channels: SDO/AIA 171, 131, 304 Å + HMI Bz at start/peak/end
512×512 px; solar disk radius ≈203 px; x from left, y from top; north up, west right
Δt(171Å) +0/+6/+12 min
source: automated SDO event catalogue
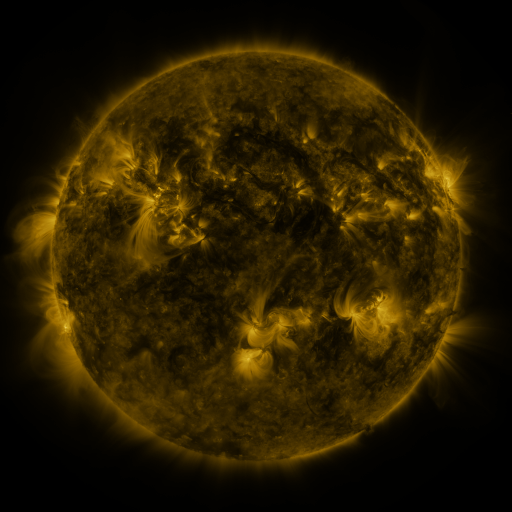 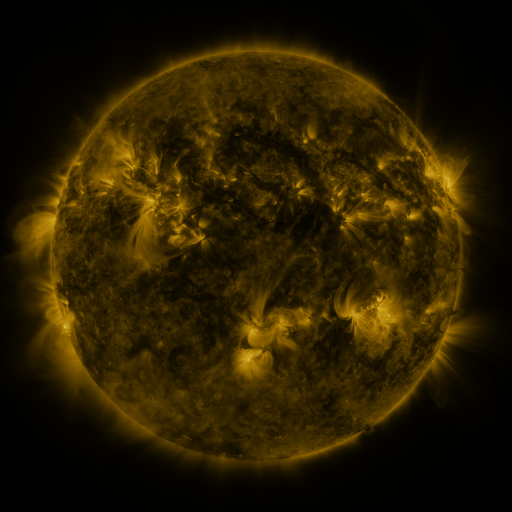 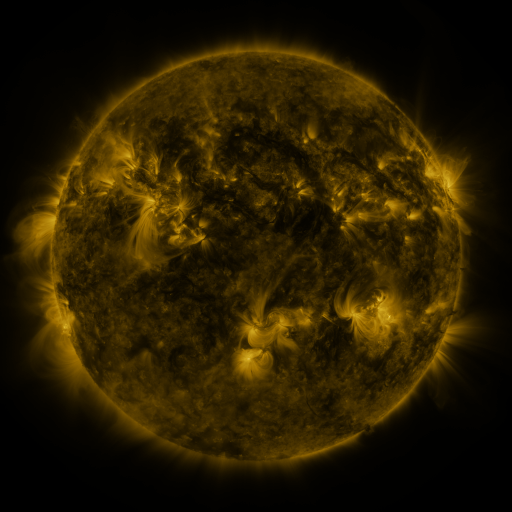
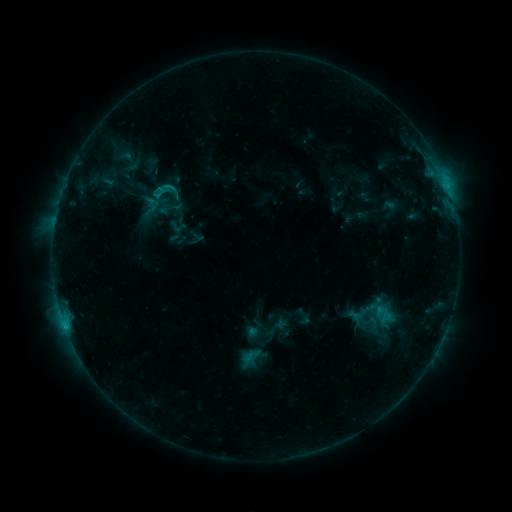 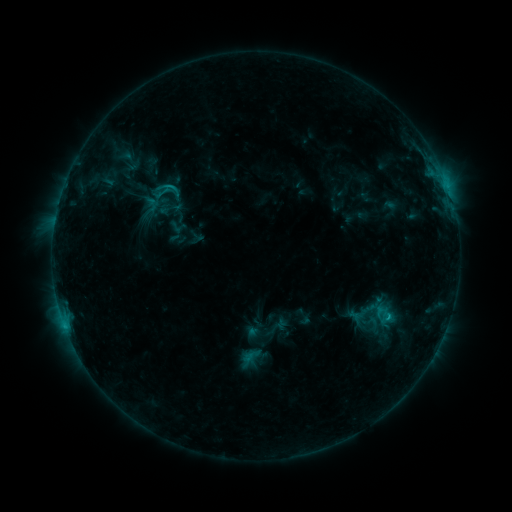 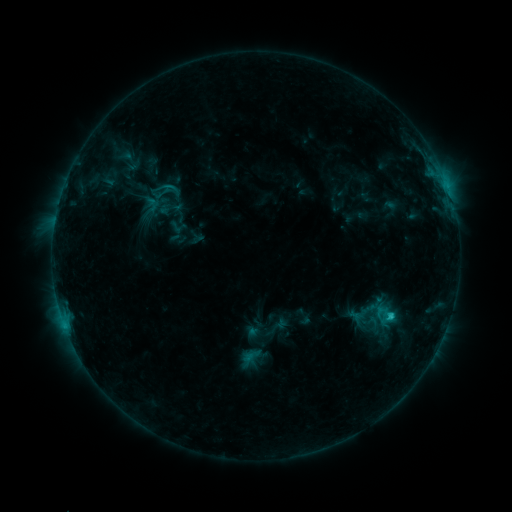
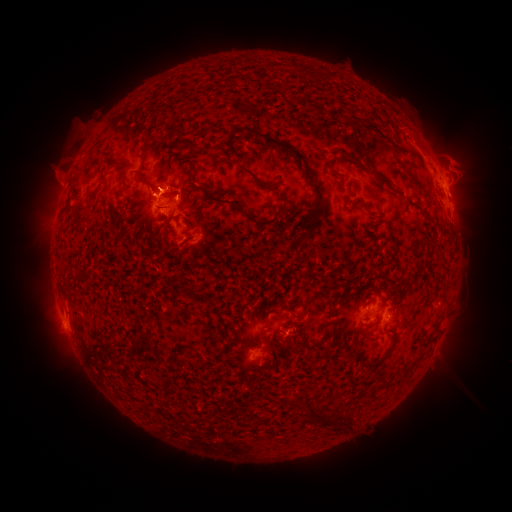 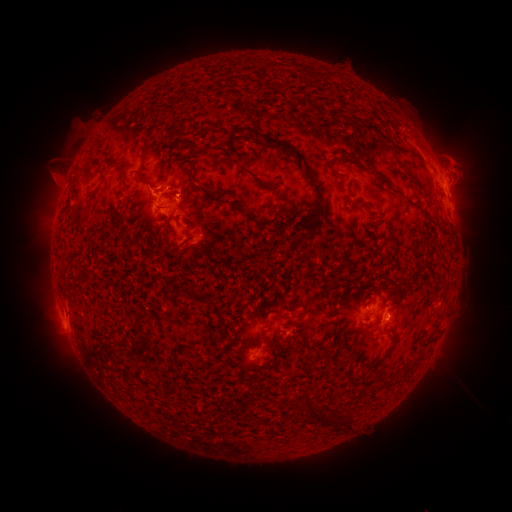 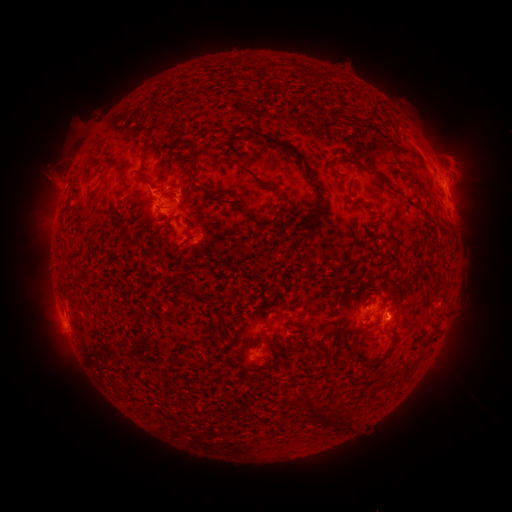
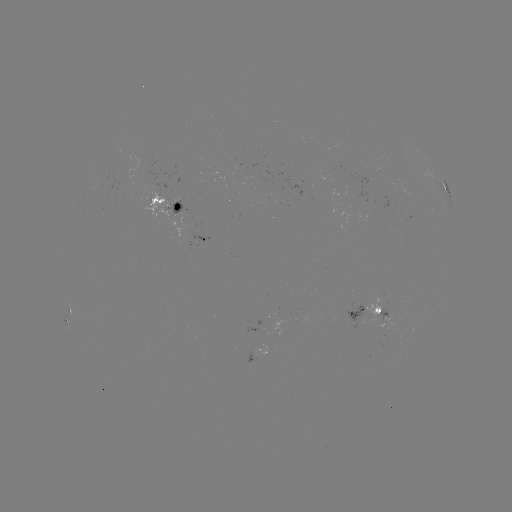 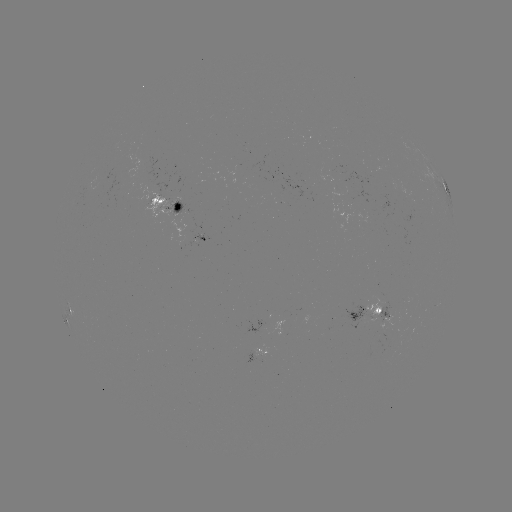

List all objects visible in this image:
C1.6 flare: (388, 314)
